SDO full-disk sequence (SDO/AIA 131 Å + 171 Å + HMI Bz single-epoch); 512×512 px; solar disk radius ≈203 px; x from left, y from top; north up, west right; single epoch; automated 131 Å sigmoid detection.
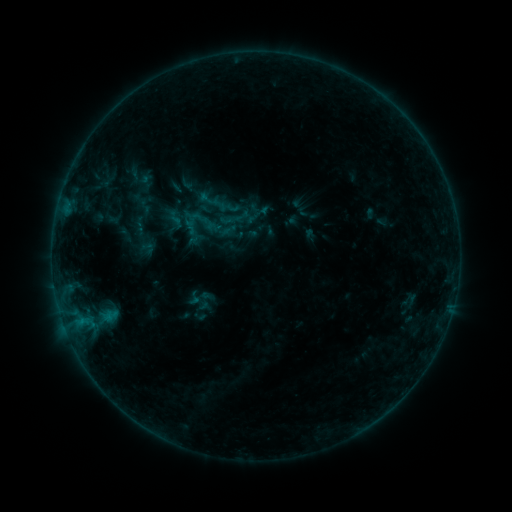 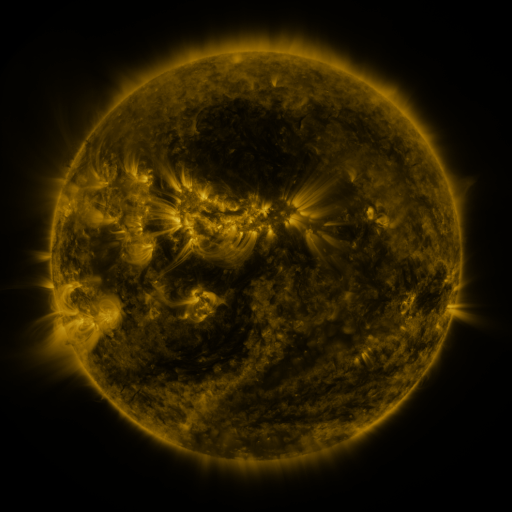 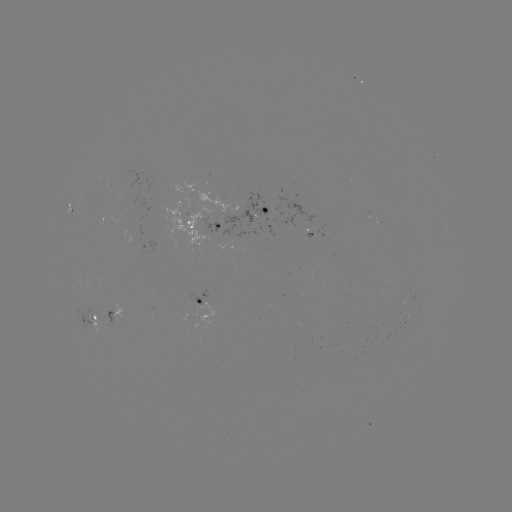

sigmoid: (194, 291, 215, 311)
